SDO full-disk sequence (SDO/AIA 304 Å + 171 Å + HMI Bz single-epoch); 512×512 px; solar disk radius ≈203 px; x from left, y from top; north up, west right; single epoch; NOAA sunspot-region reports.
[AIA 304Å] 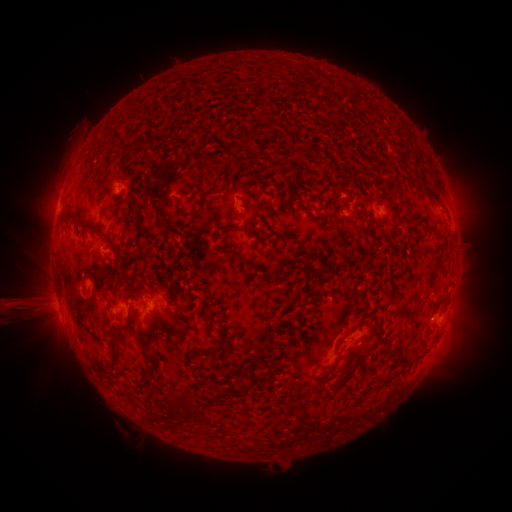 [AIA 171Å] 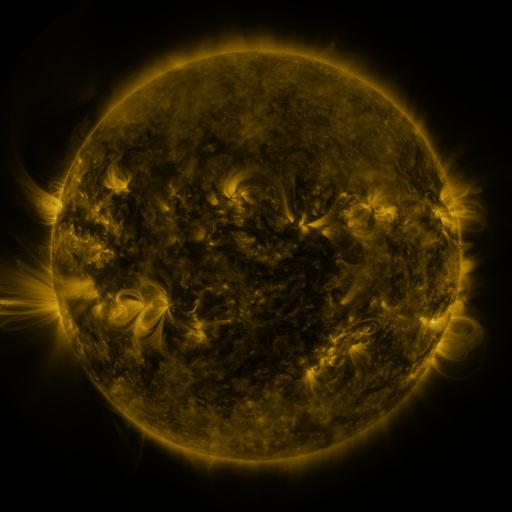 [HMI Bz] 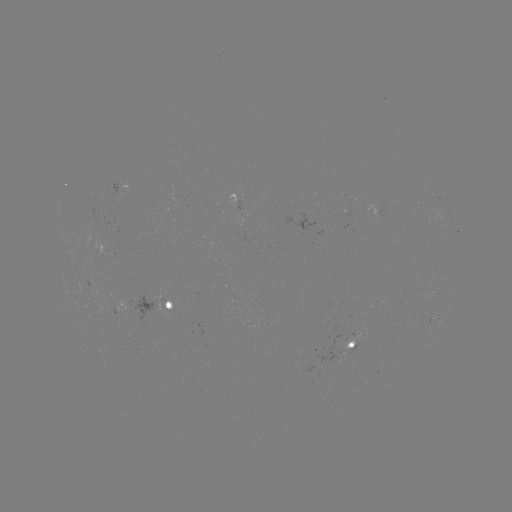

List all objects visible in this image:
spotted active region: (121, 189)
spotted active region: (239, 202)
spotted active region: (385, 207)
spotted active region: (158, 309)
spotted active region: (441, 314)
spotted active region: (125, 316)
spotted active region: (356, 345)
